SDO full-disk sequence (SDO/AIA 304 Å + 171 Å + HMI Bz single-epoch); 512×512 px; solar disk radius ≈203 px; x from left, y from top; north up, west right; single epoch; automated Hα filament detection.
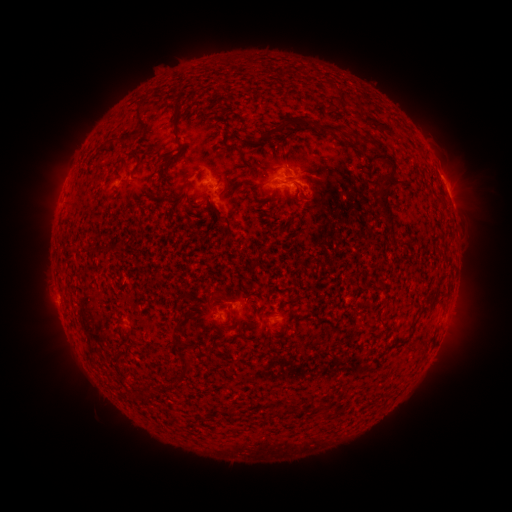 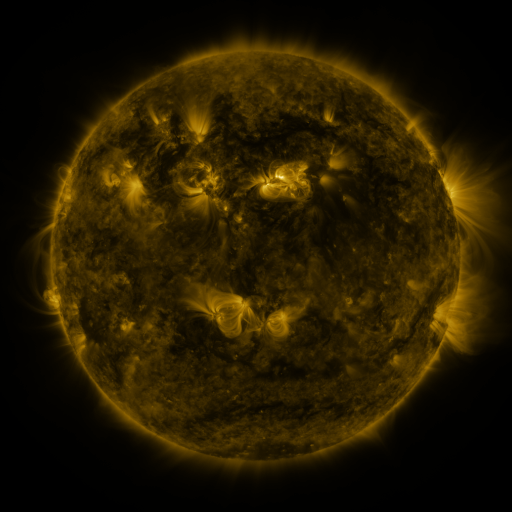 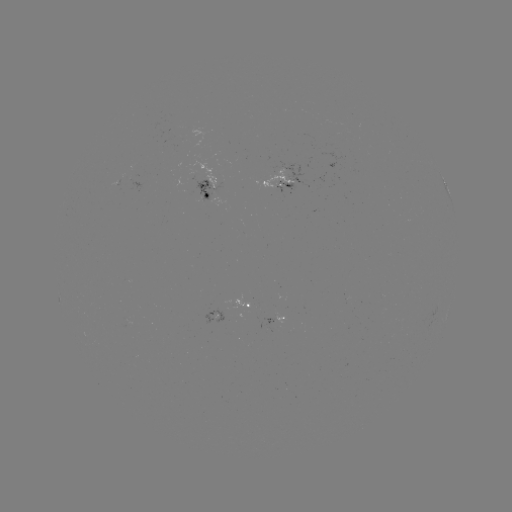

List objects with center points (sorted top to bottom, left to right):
filament: (102, 102, 147, 149)
filament: (172, 112, 183, 150)
filament: (363, 114, 397, 137)
filament: (245, 116, 291, 144)
filament: (302, 118, 341, 133)
filament: (369, 137, 398, 219)
filament: (227, 144, 243, 157)
filament: (167, 151, 178, 161)
filament: (179, 175, 191, 193)
filament: (221, 177, 234, 196)
filament: (206, 198, 217, 213)
filament: (112, 239, 123, 254)
filament: (65, 243, 80, 254)
filament: (83, 244, 96, 253)
filament: (125, 324, 132, 338)
filament: (311, 339, 323, 347)
filament: (174, 360, 191, 384)
